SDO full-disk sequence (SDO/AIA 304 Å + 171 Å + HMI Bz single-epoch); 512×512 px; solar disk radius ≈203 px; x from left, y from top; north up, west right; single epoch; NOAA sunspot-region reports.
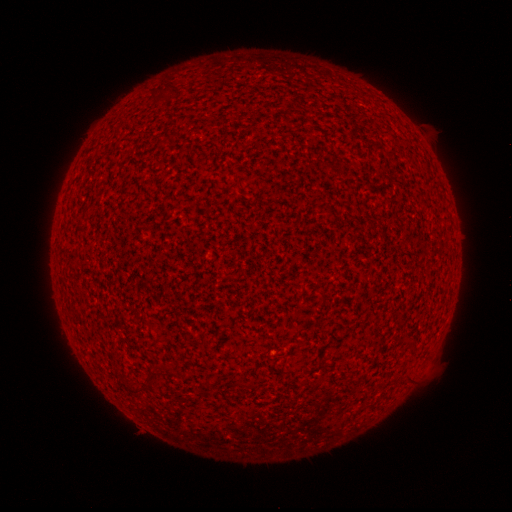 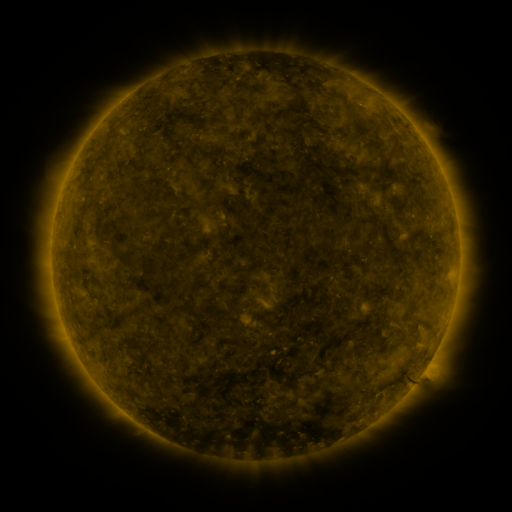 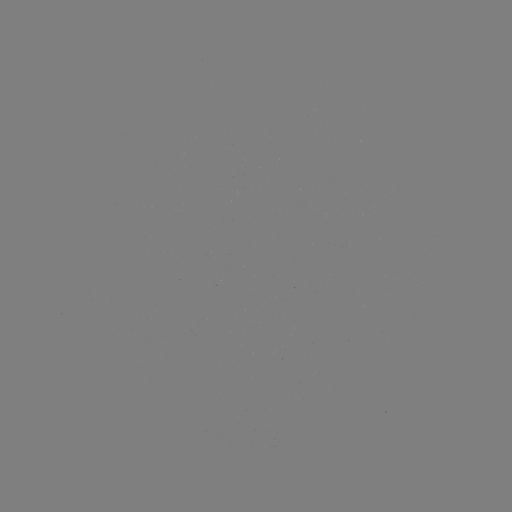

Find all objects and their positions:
(none)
